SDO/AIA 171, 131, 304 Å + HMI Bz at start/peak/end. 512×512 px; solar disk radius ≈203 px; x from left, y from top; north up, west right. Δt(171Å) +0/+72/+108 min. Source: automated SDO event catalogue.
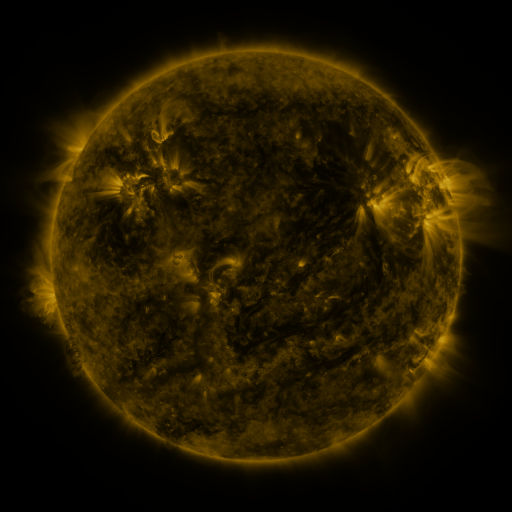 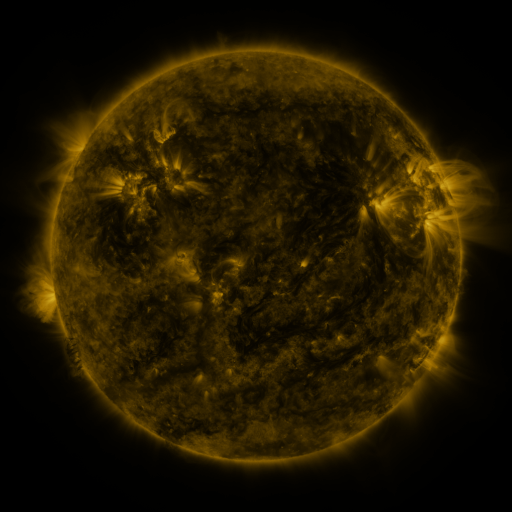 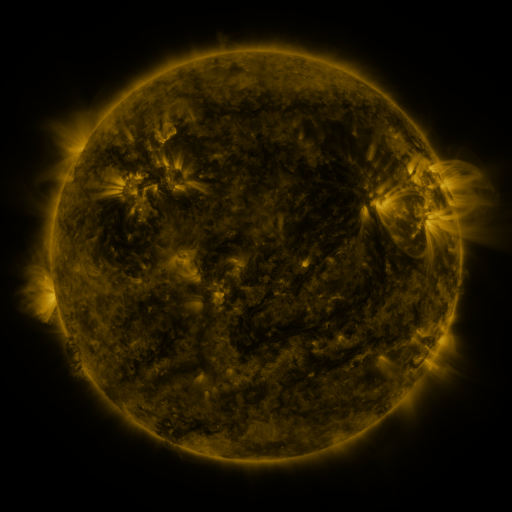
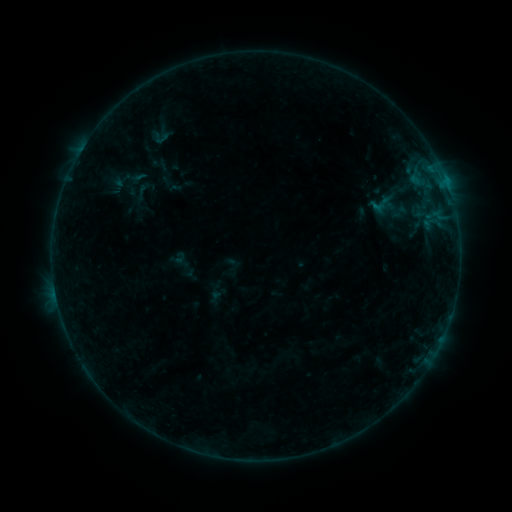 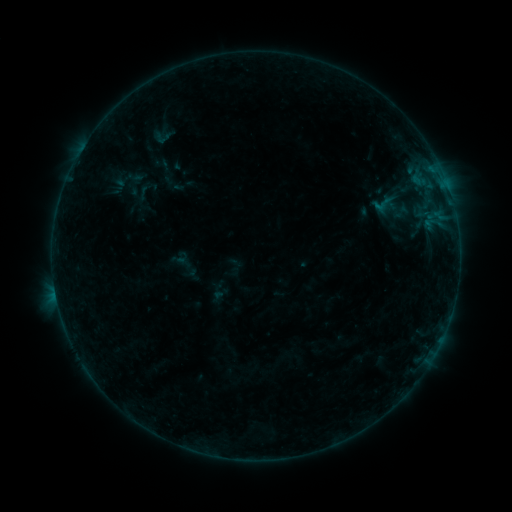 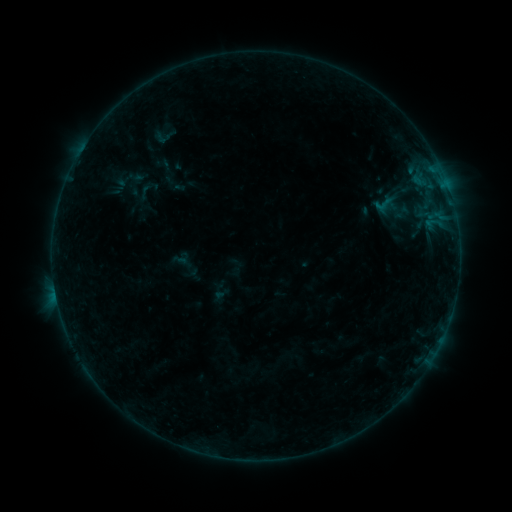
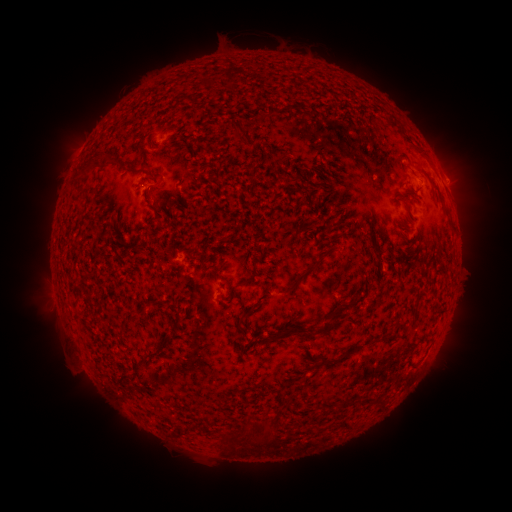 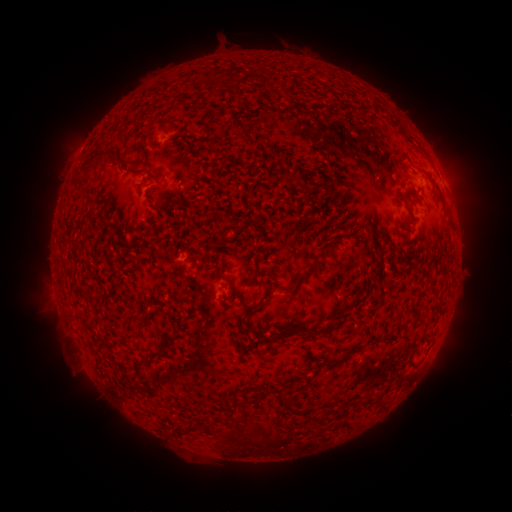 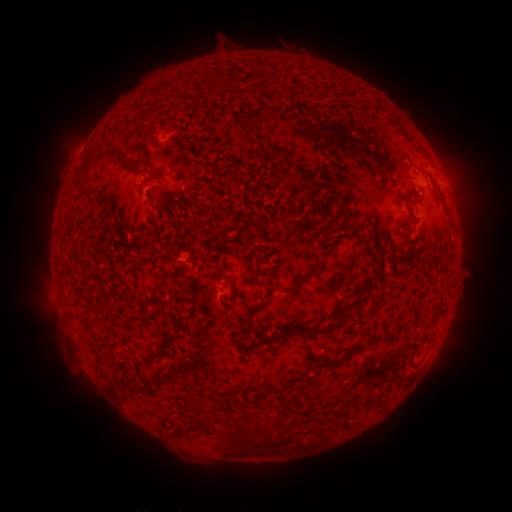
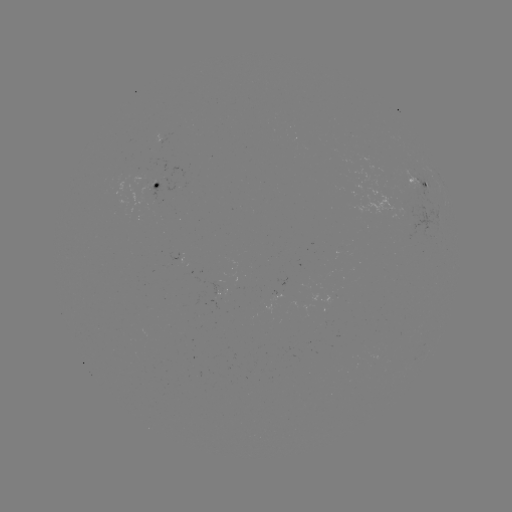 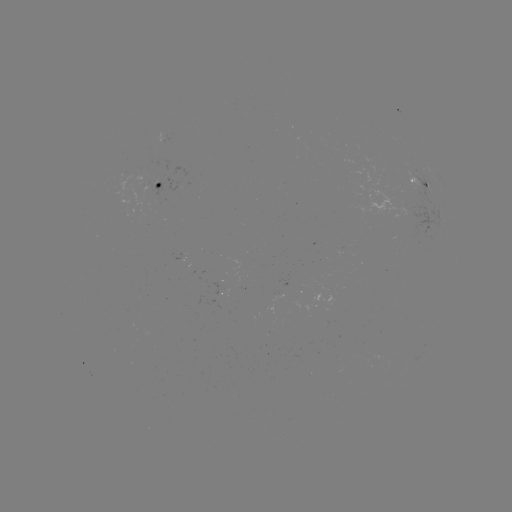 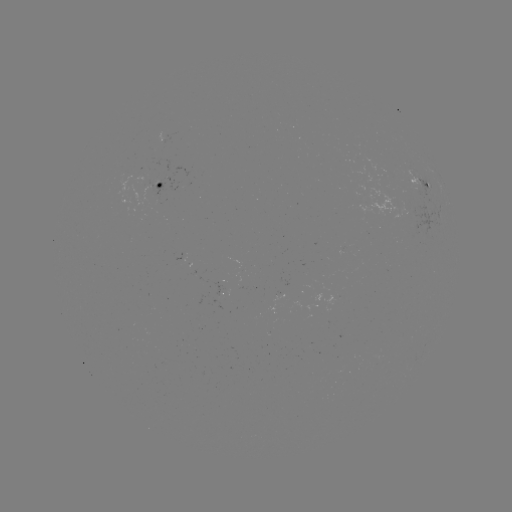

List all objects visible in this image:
emerging-flux region: (223, 290)
